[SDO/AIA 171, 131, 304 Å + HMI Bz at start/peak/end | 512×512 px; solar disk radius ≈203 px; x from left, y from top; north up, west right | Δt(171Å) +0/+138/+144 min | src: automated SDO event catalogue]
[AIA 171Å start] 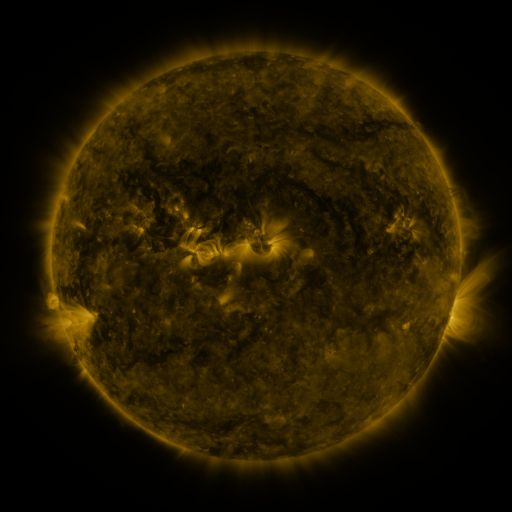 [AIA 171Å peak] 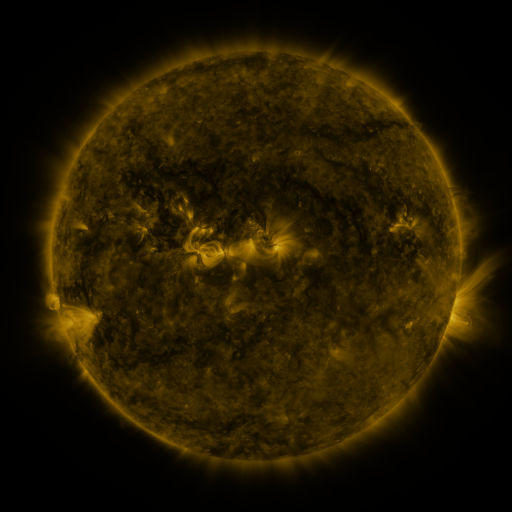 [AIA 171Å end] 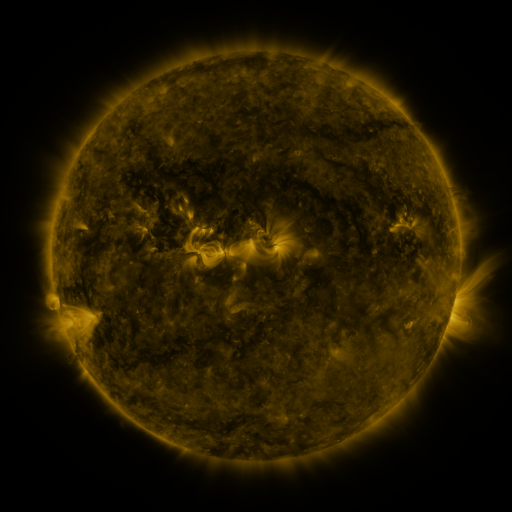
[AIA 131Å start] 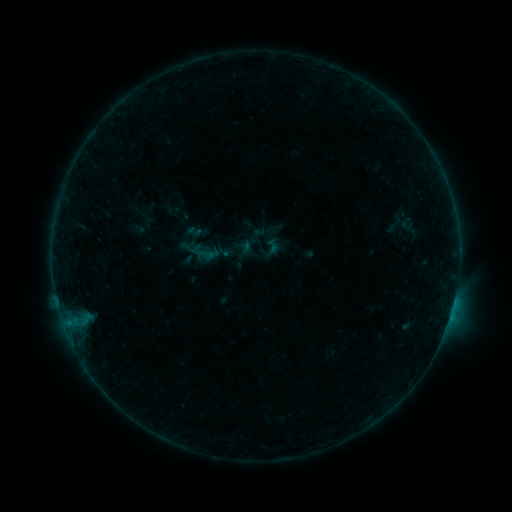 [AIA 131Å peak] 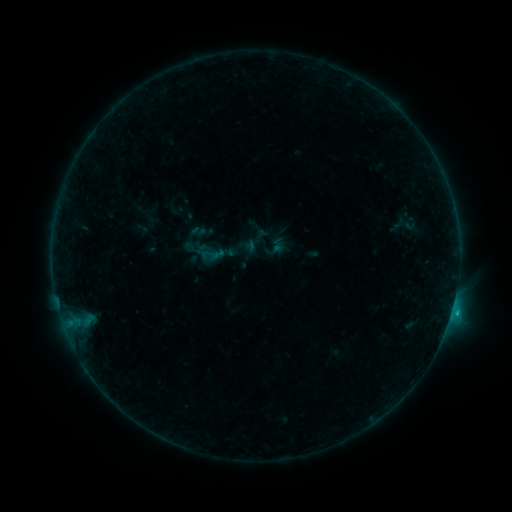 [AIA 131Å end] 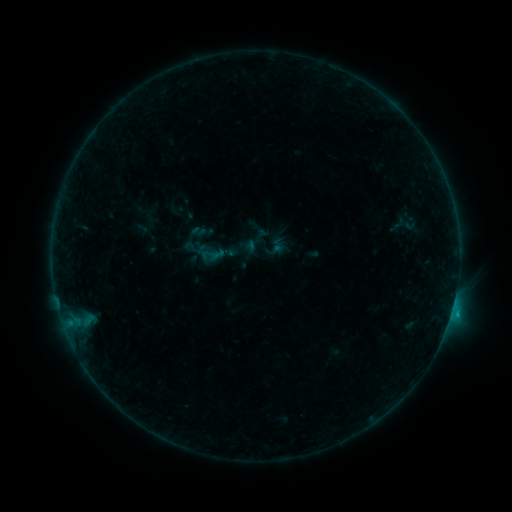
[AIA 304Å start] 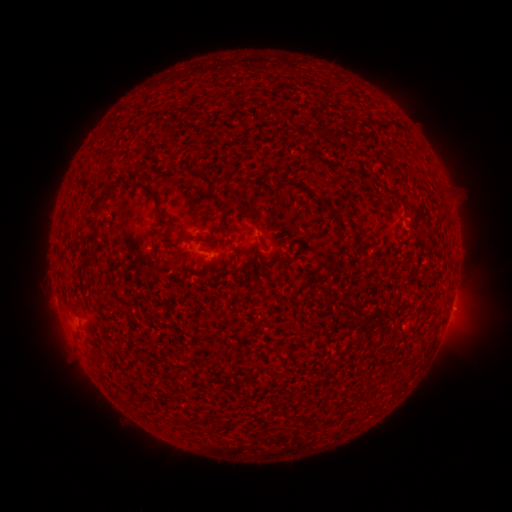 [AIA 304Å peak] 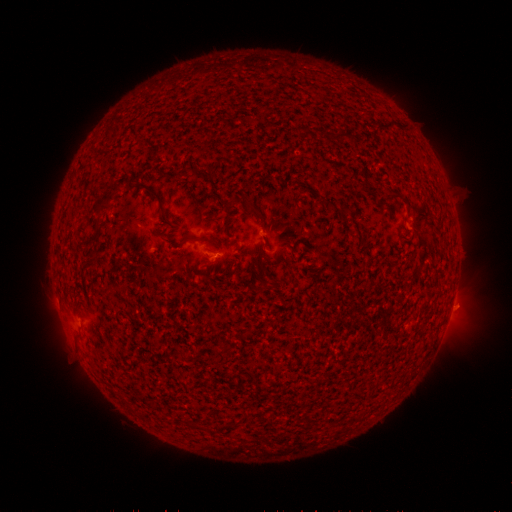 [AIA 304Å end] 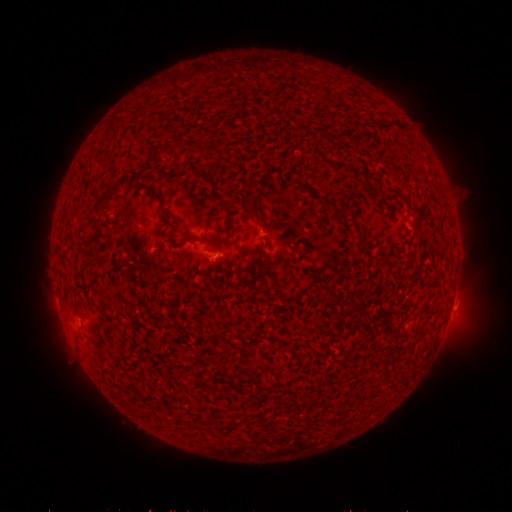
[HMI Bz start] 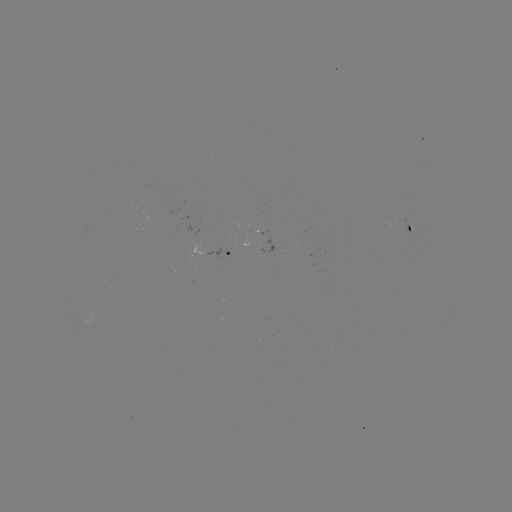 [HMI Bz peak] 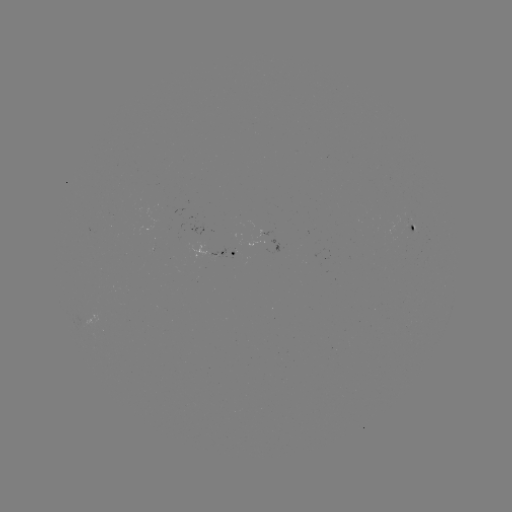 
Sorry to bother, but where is B5.5 flare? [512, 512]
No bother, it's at [452, 308].